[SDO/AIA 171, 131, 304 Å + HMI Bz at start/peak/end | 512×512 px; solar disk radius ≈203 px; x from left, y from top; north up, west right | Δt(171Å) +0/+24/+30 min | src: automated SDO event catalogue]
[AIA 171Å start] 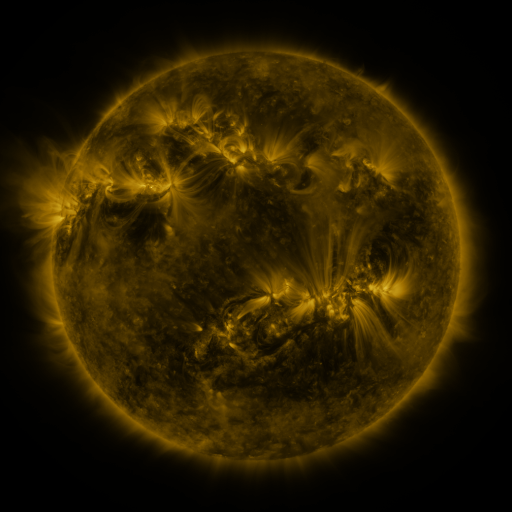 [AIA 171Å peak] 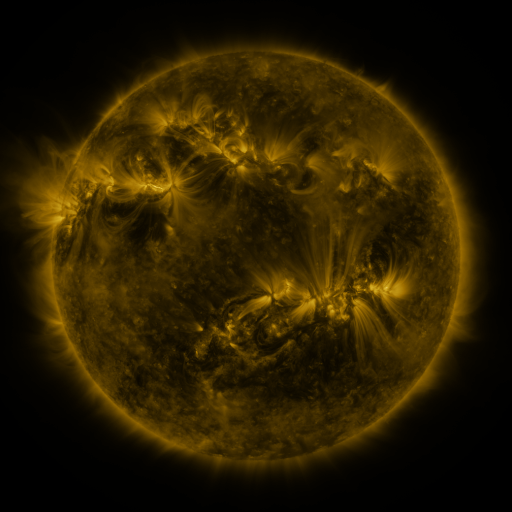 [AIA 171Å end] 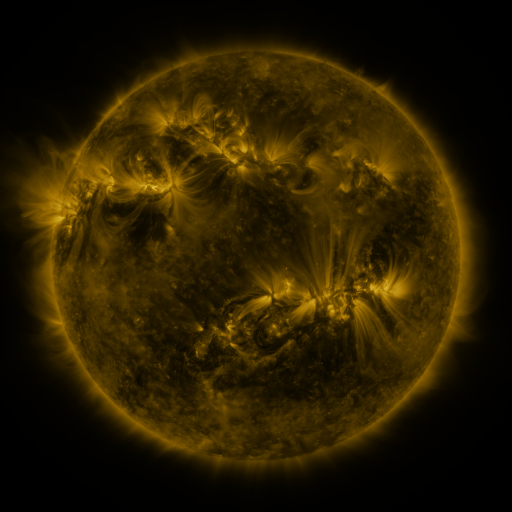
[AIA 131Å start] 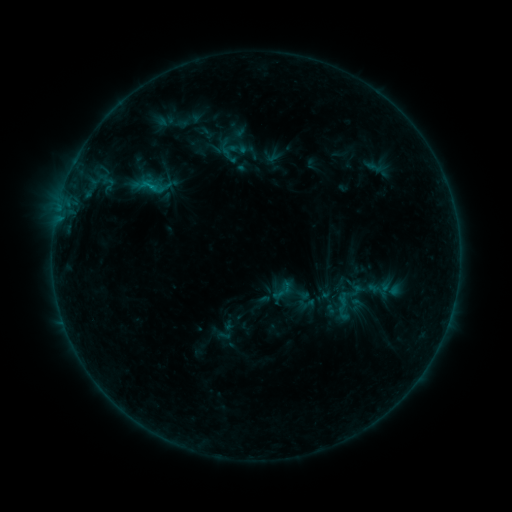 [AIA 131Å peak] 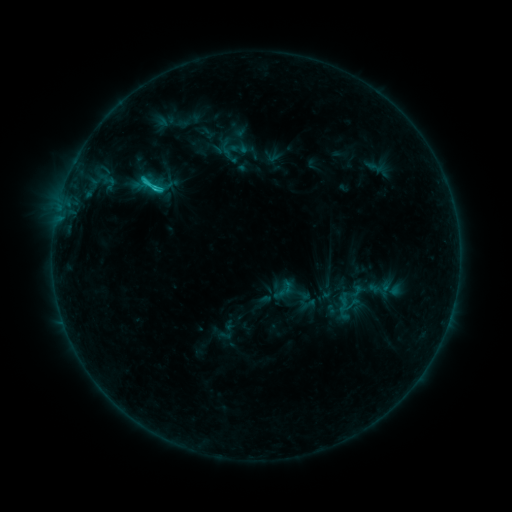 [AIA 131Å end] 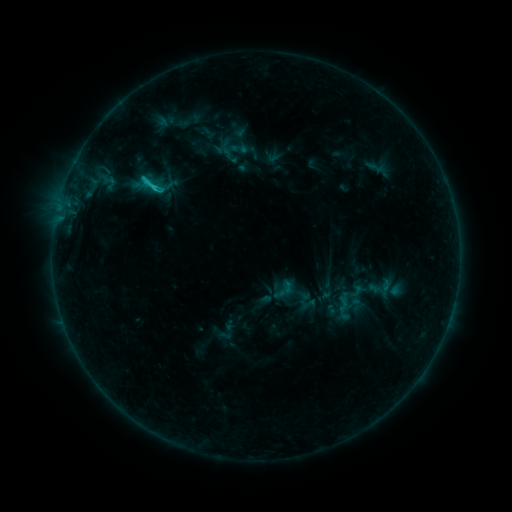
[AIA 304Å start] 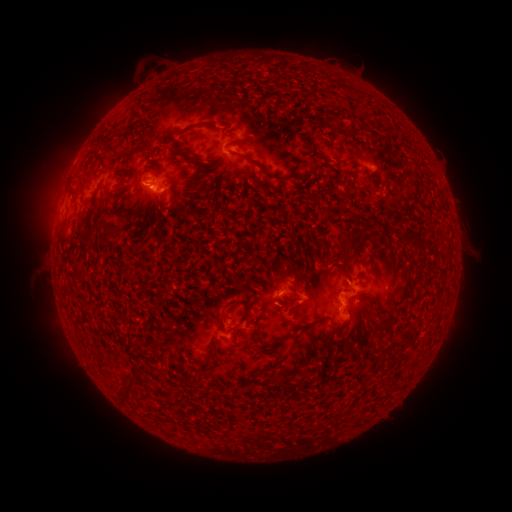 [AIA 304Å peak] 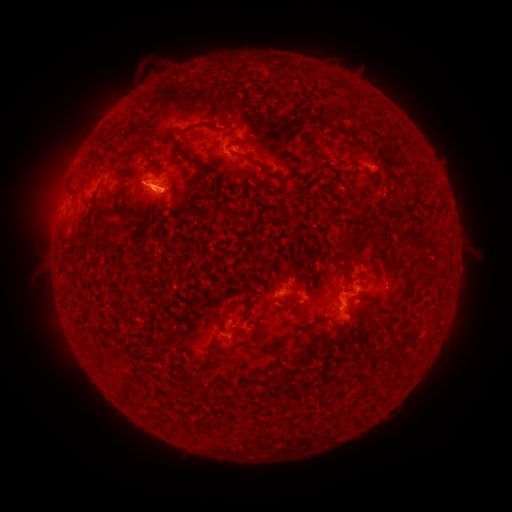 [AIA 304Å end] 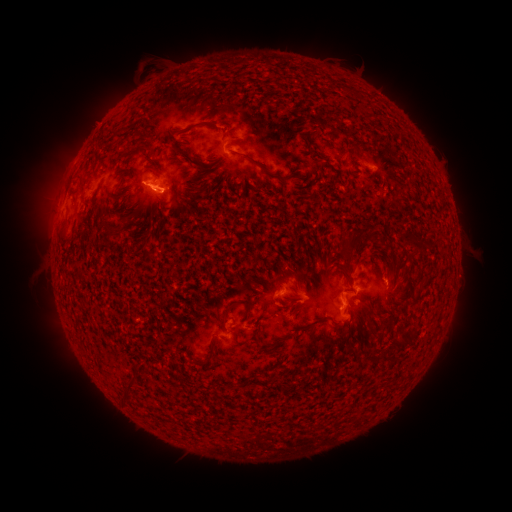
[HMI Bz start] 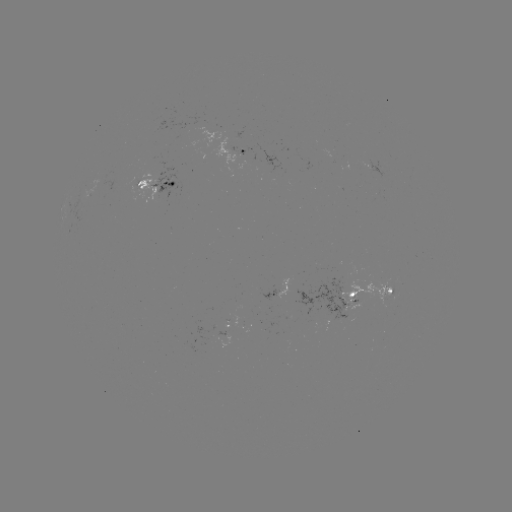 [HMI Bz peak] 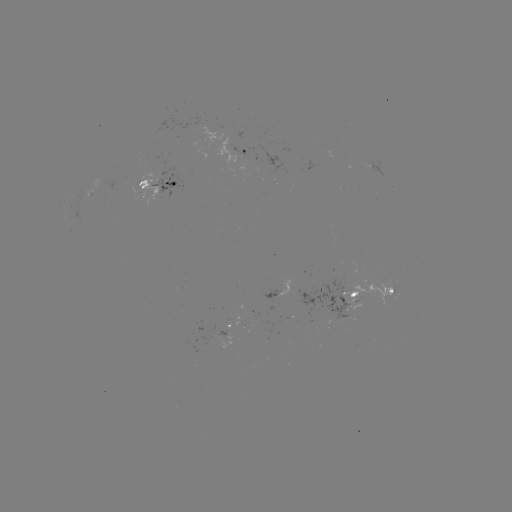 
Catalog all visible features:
C1.9 flare: (145, 184)
